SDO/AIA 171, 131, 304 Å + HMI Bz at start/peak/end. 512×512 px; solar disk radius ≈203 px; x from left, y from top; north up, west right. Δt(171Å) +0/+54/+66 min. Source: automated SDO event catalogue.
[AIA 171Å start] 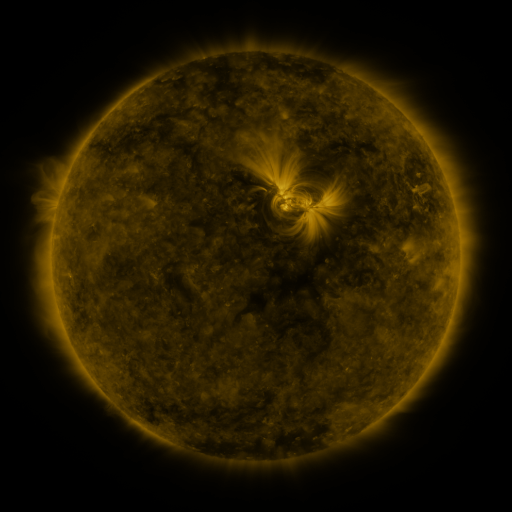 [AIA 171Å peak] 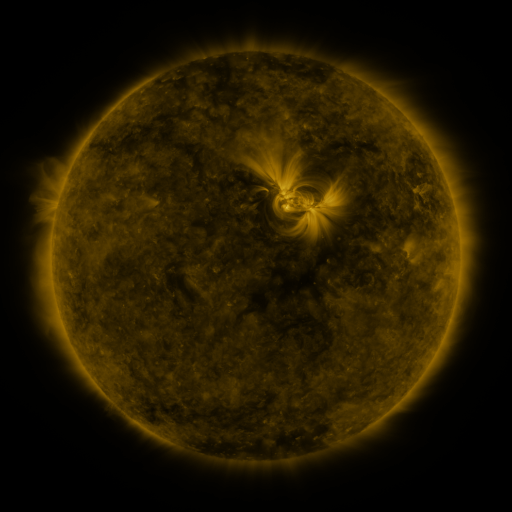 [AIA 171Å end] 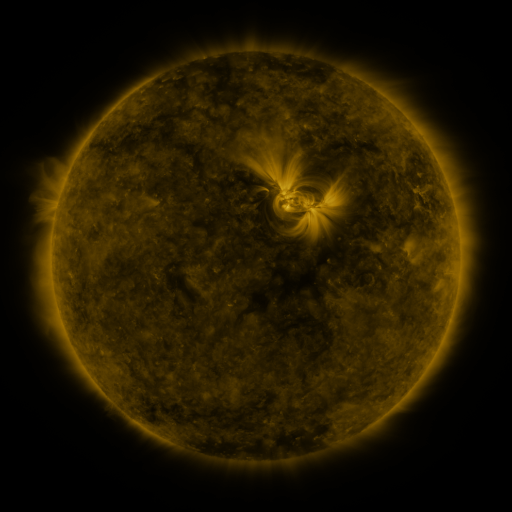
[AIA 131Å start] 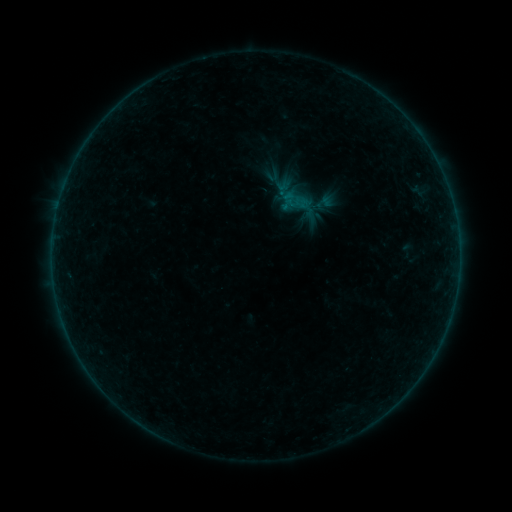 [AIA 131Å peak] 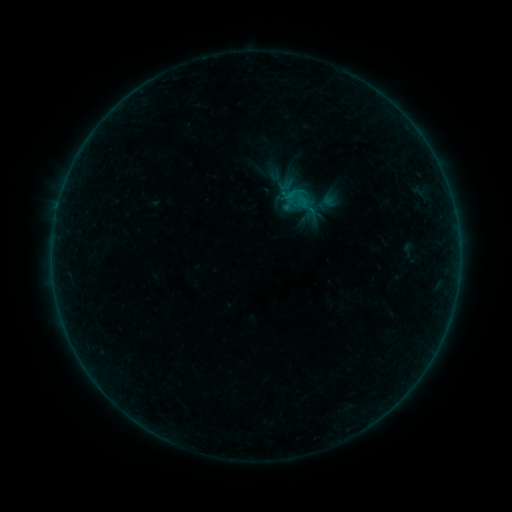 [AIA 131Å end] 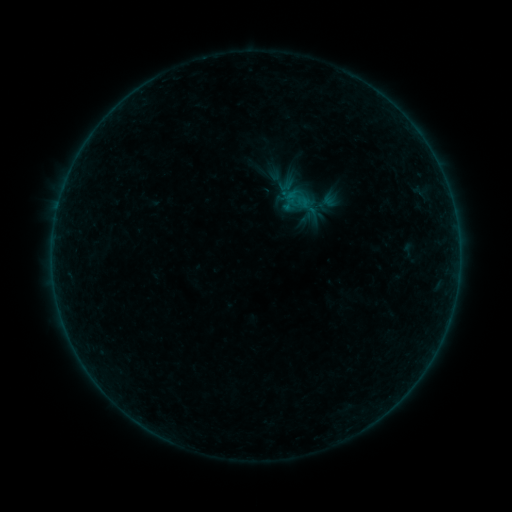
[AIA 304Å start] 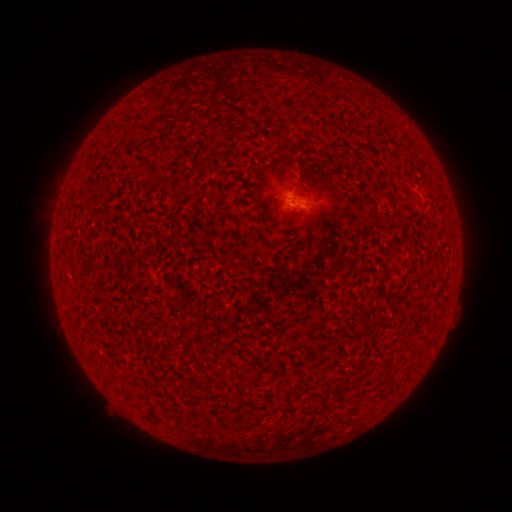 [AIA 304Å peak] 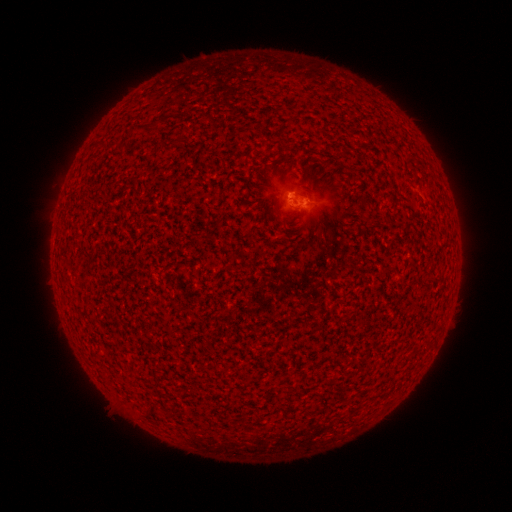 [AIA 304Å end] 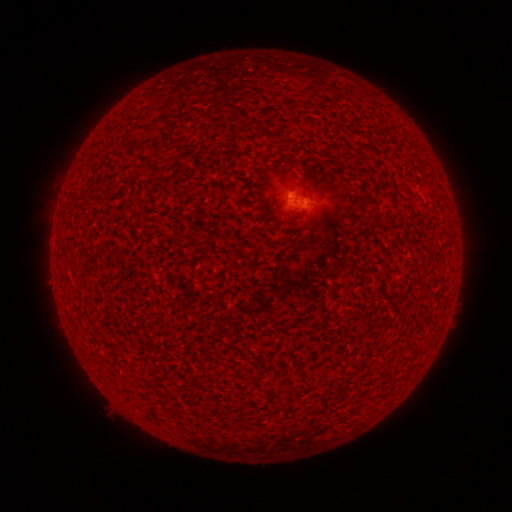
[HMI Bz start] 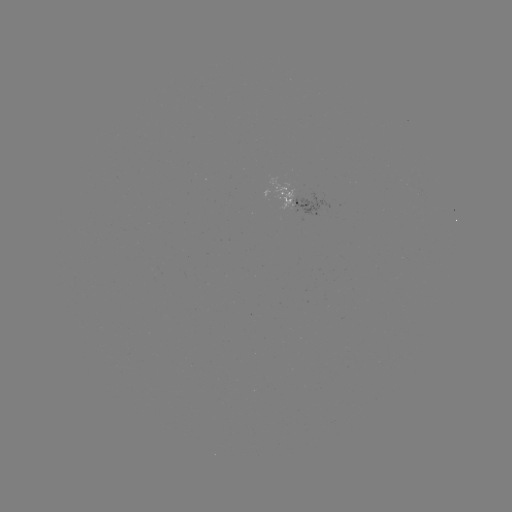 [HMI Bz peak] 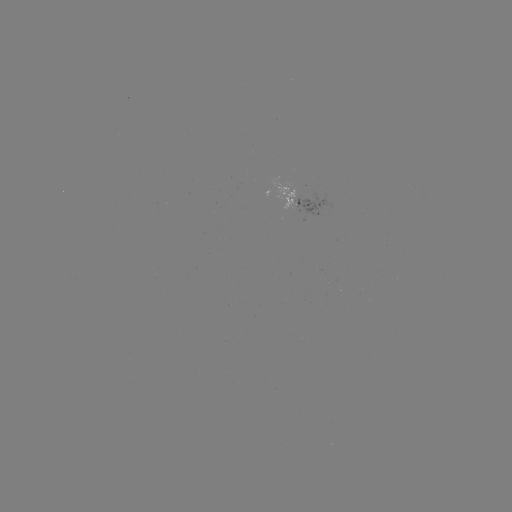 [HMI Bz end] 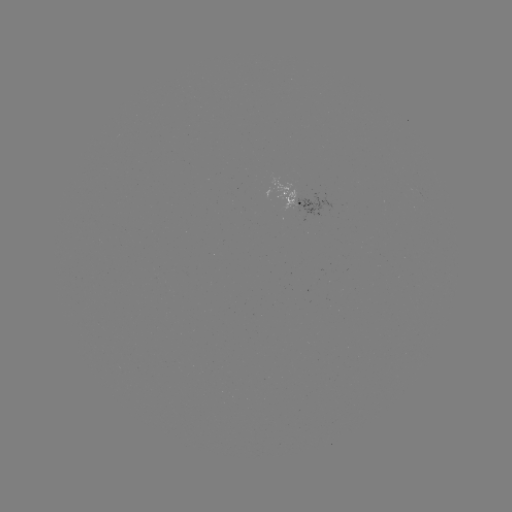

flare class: B2.2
